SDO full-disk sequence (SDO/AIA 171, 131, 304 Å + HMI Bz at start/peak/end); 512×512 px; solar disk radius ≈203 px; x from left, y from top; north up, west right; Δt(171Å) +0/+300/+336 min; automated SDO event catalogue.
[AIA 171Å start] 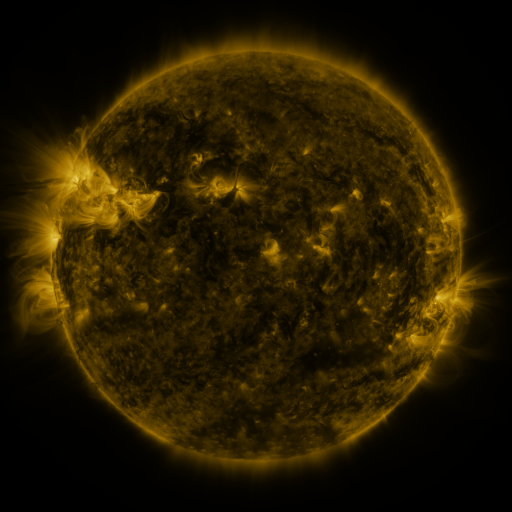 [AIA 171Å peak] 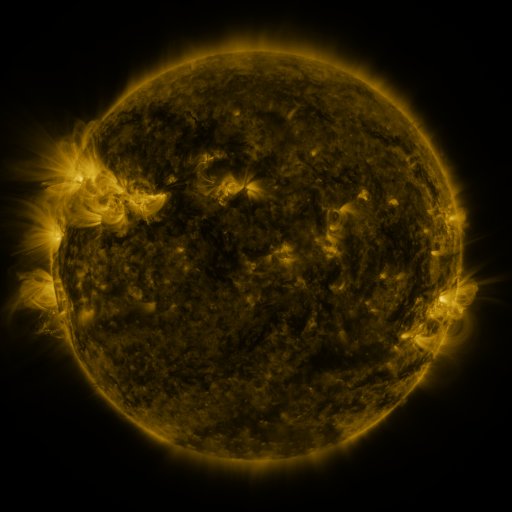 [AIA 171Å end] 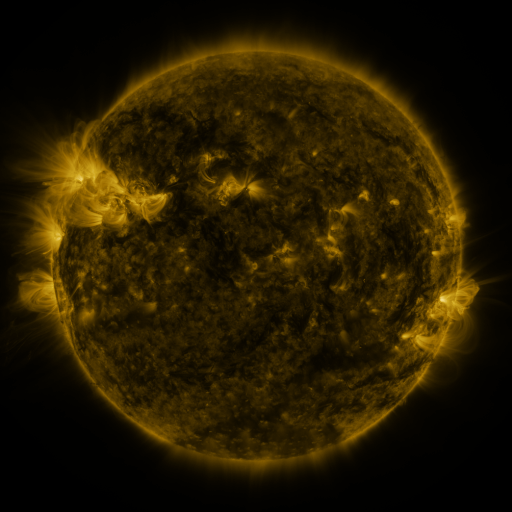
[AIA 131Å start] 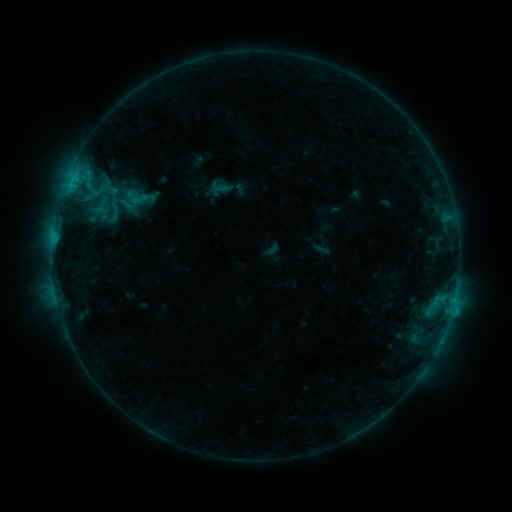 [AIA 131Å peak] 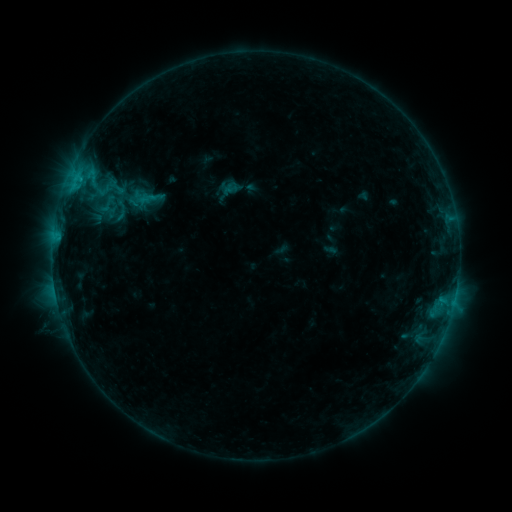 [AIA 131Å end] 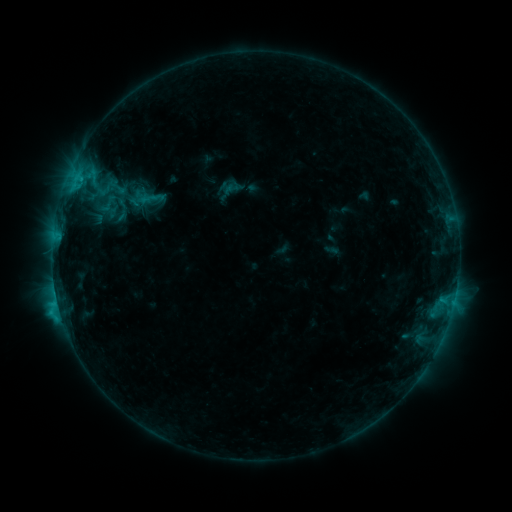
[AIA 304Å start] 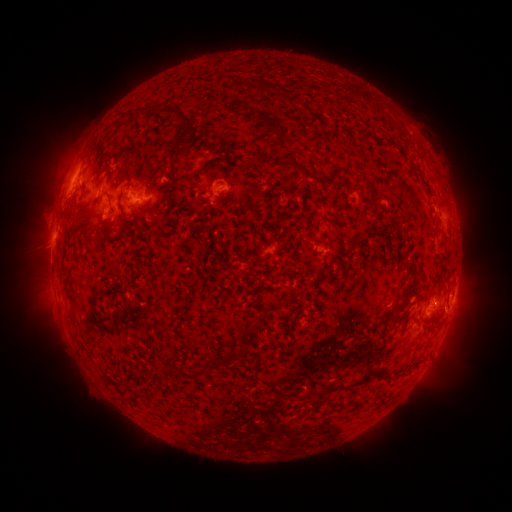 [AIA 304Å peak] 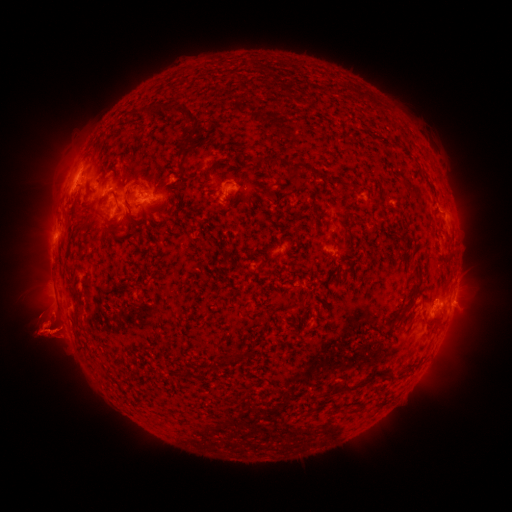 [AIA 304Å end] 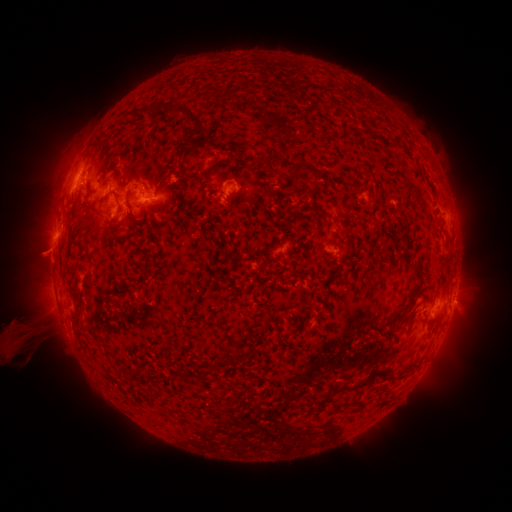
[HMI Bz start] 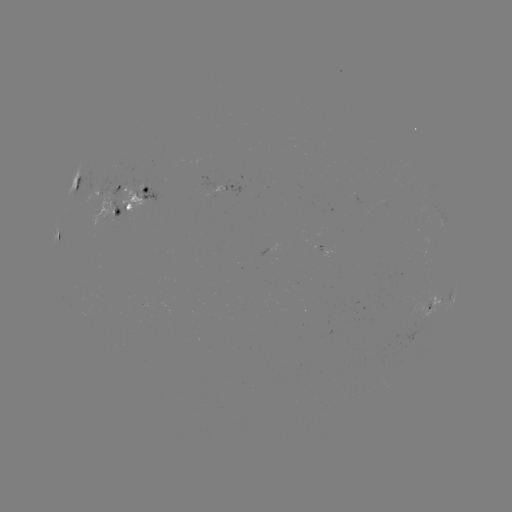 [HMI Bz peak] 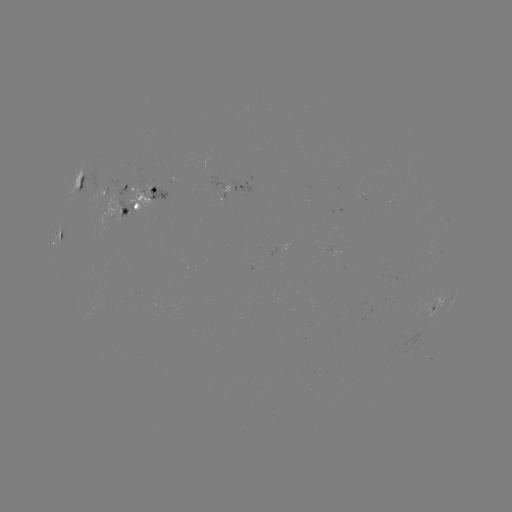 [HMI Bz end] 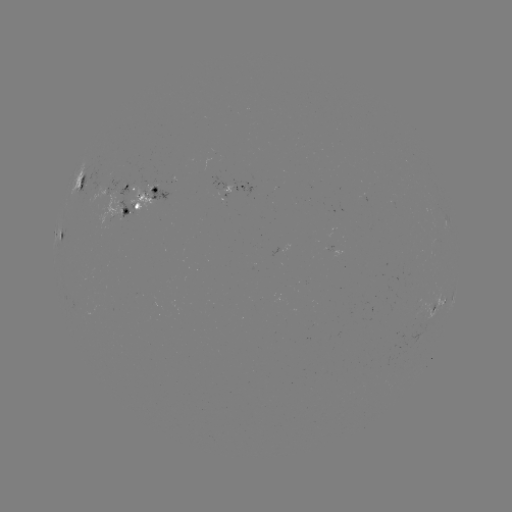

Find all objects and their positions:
emerging-flux region: (223, 197)
